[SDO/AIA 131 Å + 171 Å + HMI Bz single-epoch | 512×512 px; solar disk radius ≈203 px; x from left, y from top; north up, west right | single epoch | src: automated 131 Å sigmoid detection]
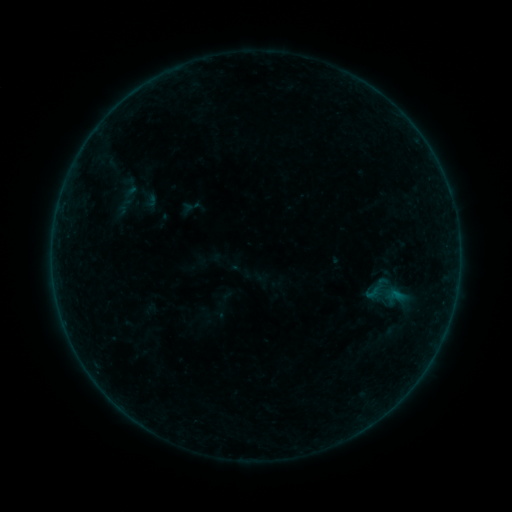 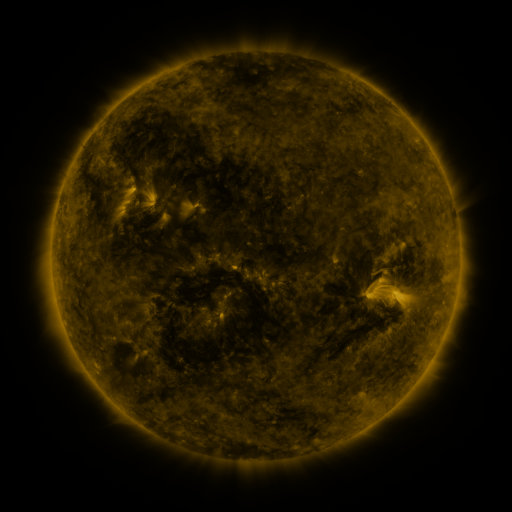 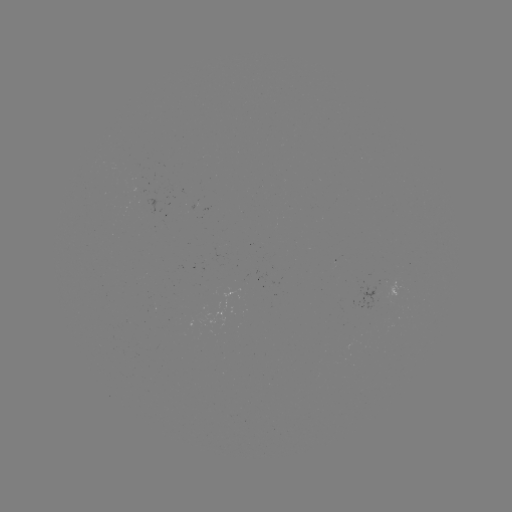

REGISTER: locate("sigmoid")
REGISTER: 374,292